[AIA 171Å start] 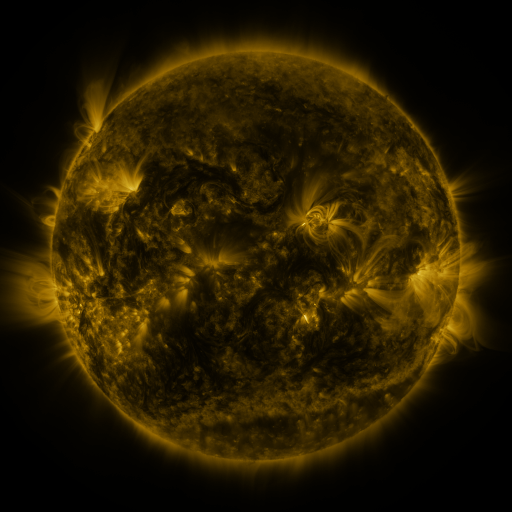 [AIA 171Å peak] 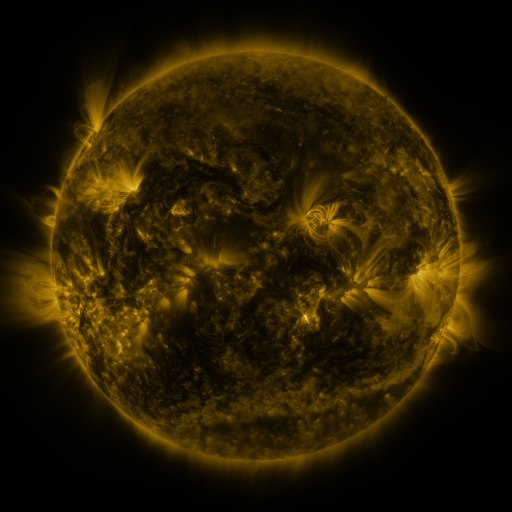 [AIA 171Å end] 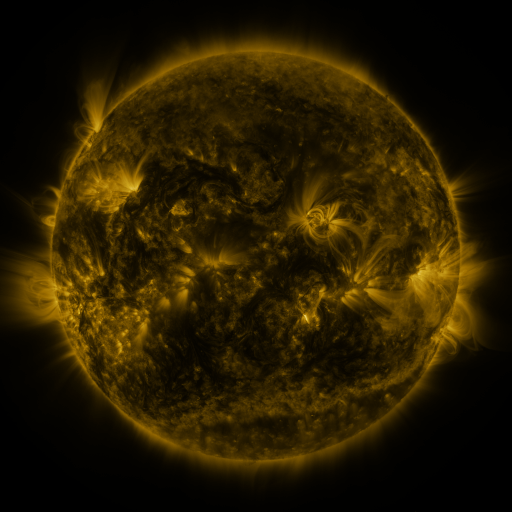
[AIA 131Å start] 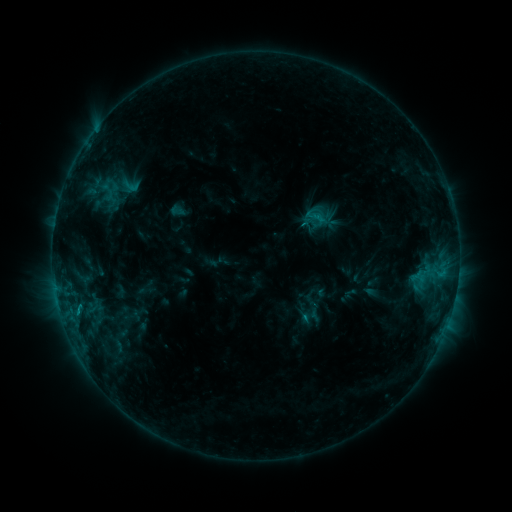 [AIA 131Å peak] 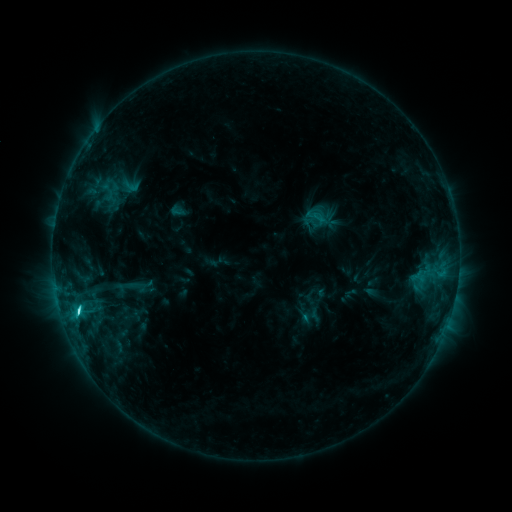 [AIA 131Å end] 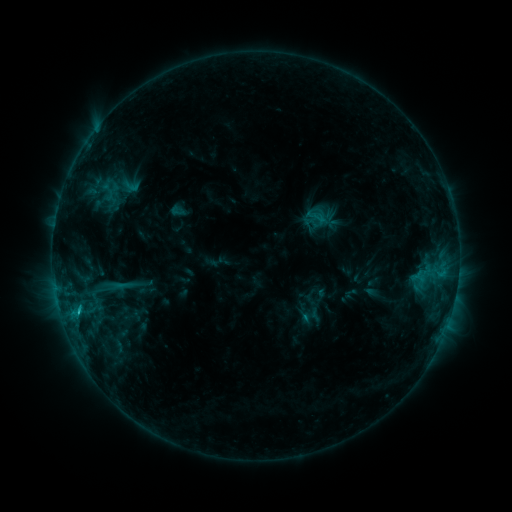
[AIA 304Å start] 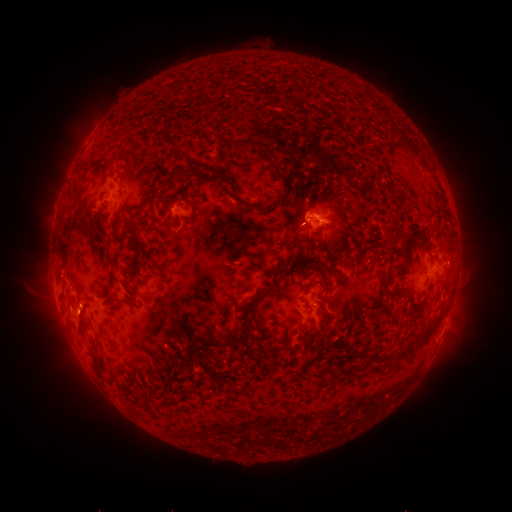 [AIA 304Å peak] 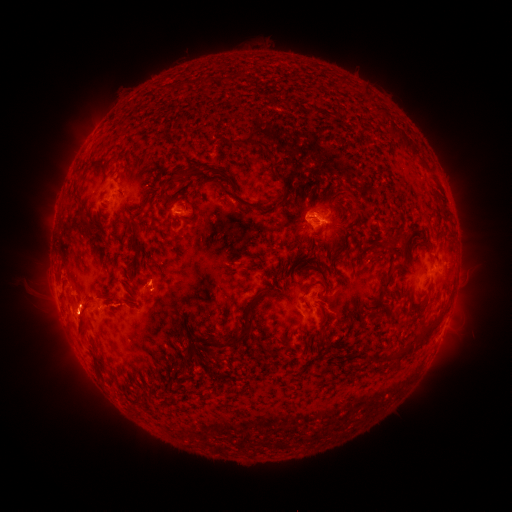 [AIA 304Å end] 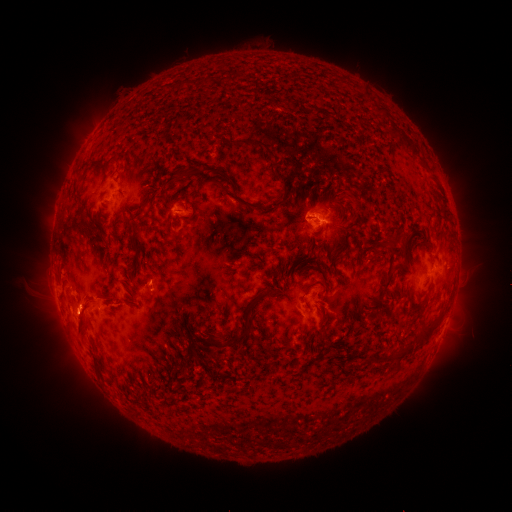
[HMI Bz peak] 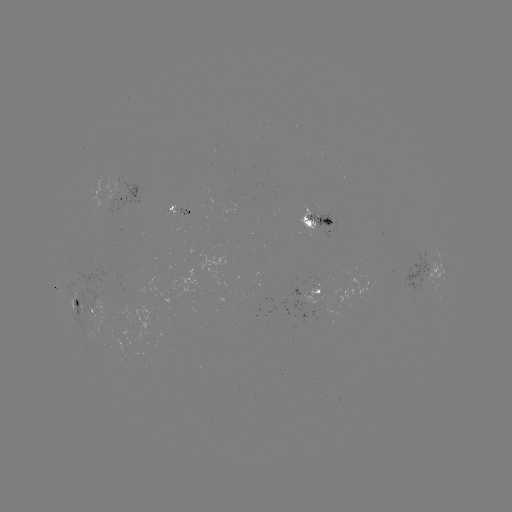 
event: flare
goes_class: C3.4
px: (79, 309)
